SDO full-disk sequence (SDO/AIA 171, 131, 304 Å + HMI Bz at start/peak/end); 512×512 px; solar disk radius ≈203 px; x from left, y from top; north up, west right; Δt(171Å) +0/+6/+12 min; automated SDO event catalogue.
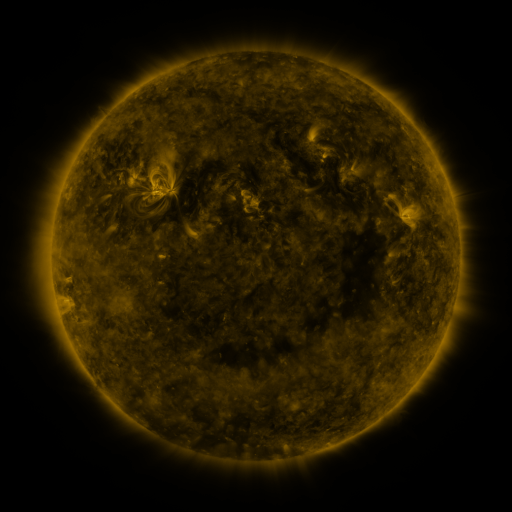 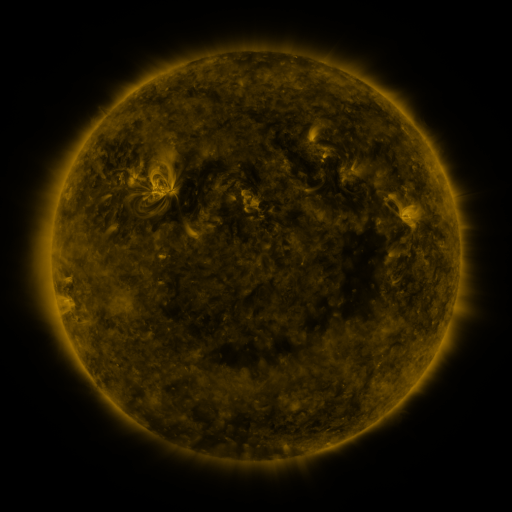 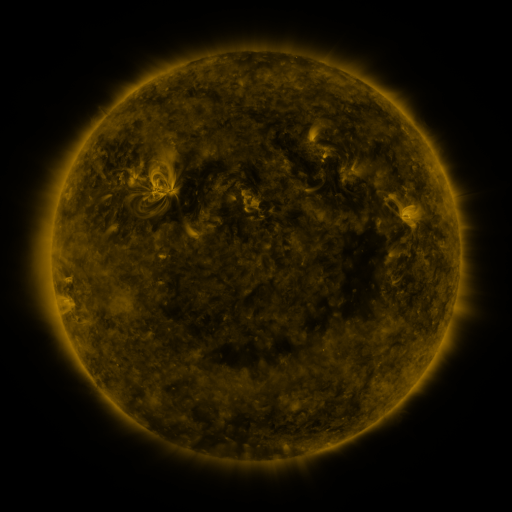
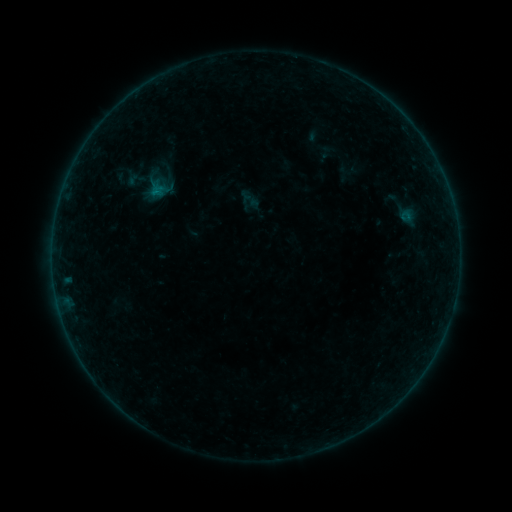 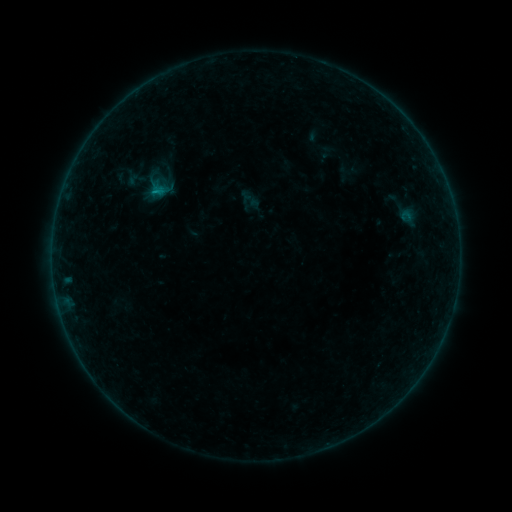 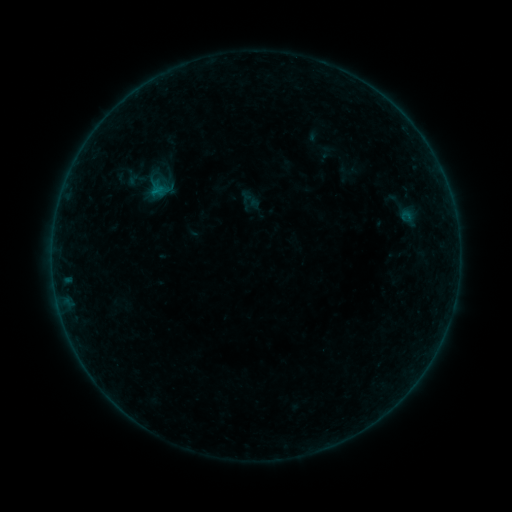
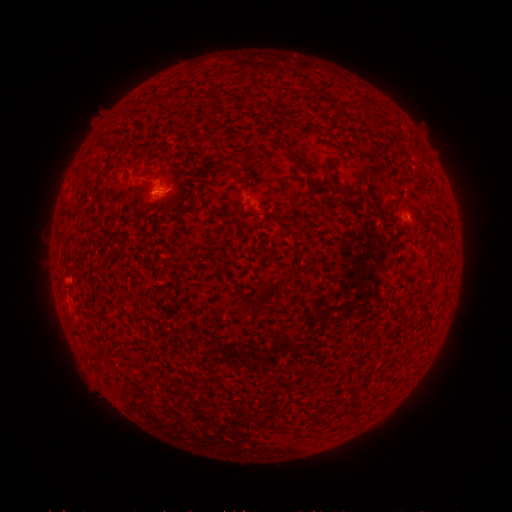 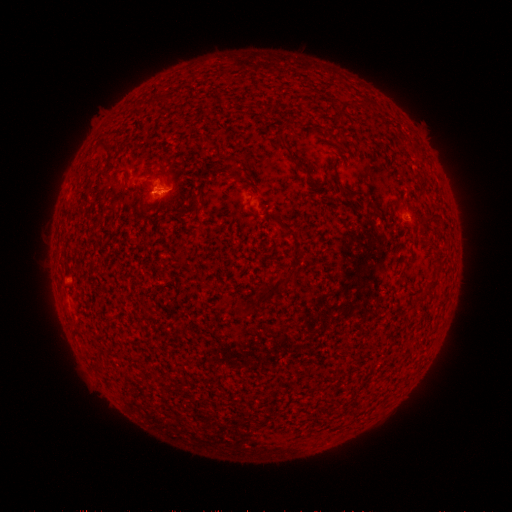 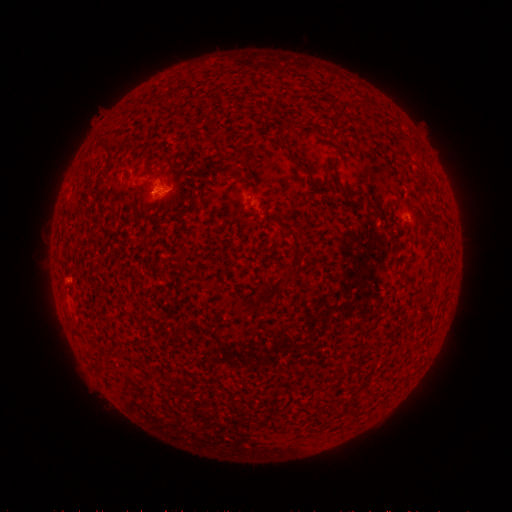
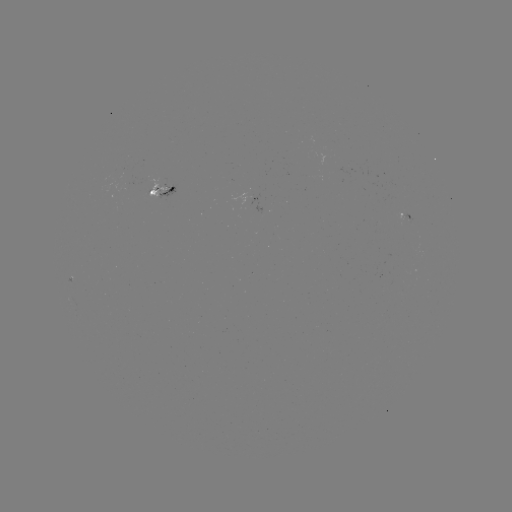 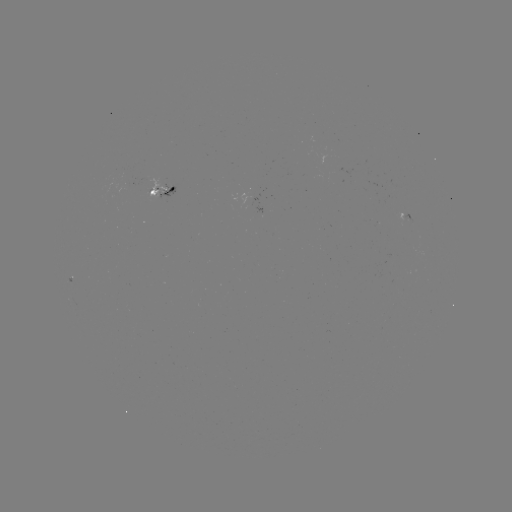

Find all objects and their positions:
B2.6 flare: (159, 193)
